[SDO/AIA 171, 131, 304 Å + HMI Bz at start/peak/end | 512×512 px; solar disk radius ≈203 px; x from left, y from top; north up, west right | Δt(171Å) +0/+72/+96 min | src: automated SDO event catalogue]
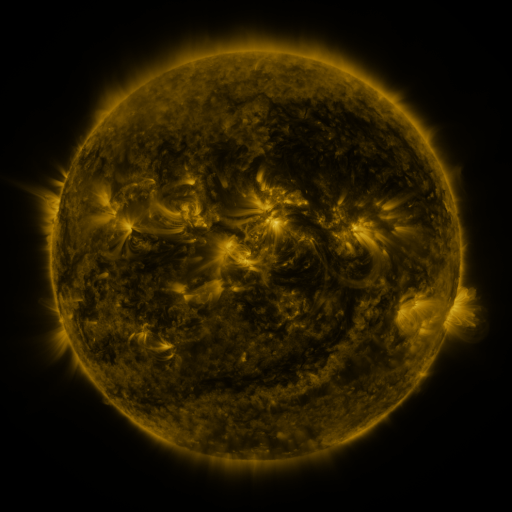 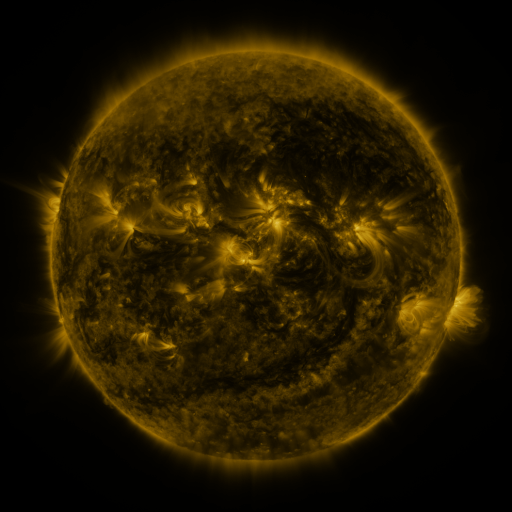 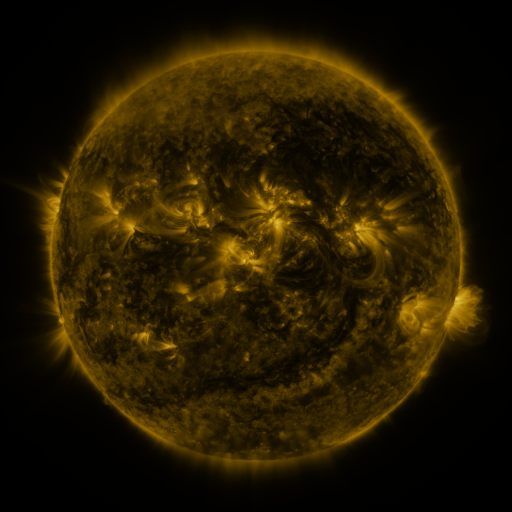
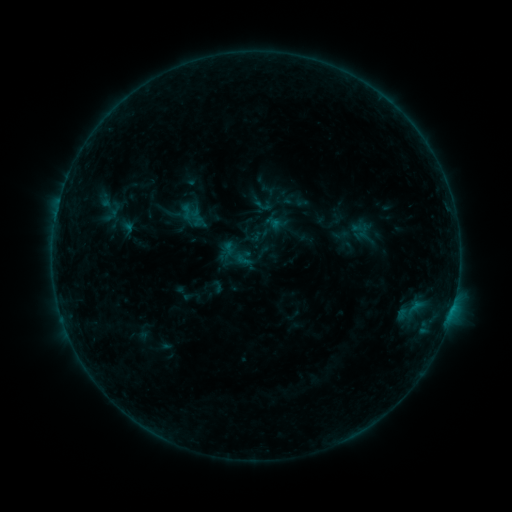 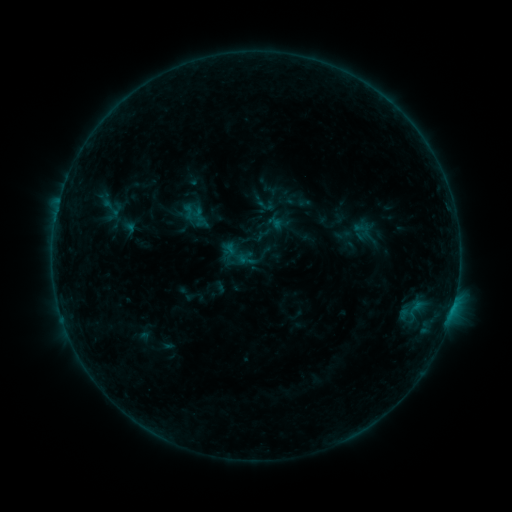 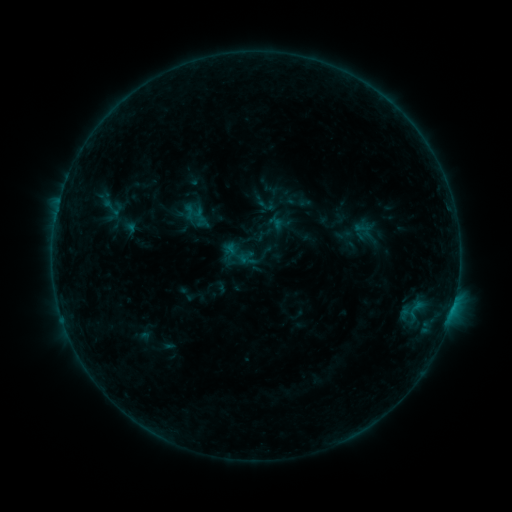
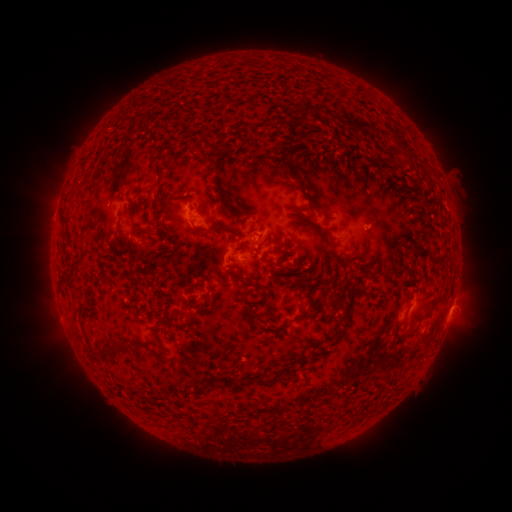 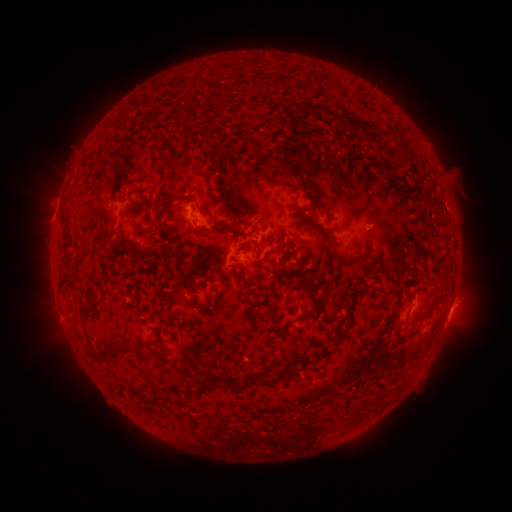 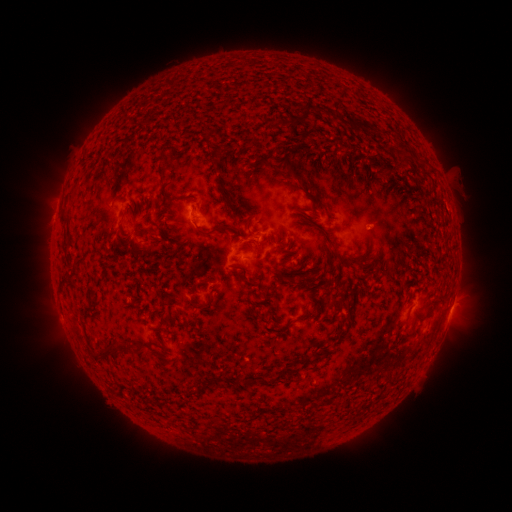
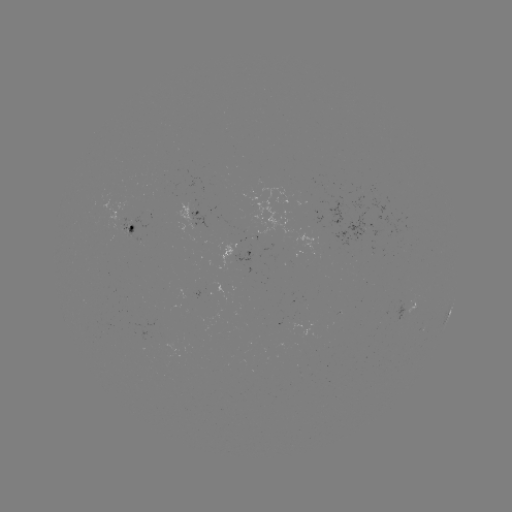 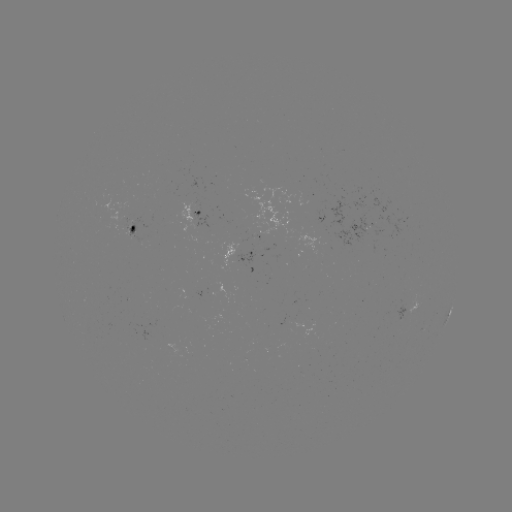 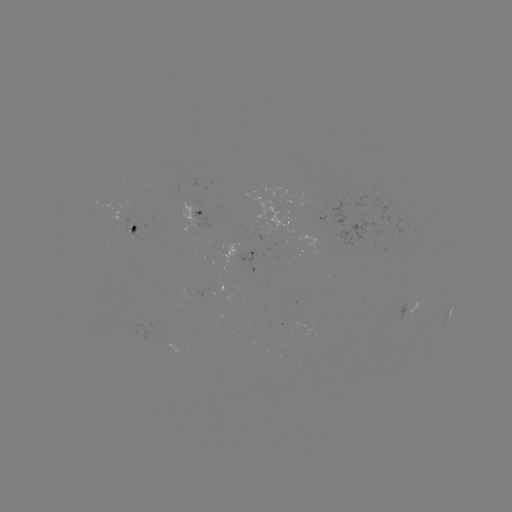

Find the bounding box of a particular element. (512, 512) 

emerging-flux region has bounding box [294, 317, 304, 327].